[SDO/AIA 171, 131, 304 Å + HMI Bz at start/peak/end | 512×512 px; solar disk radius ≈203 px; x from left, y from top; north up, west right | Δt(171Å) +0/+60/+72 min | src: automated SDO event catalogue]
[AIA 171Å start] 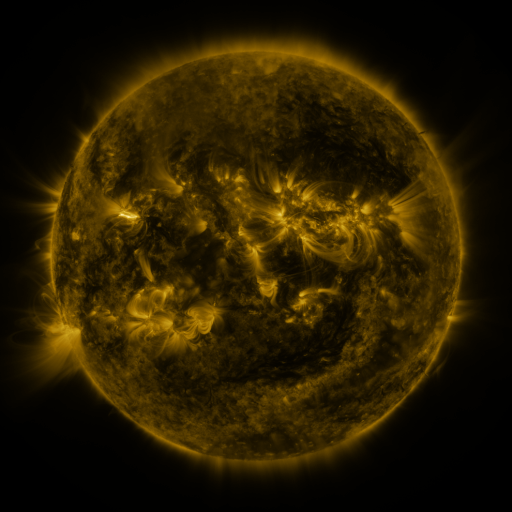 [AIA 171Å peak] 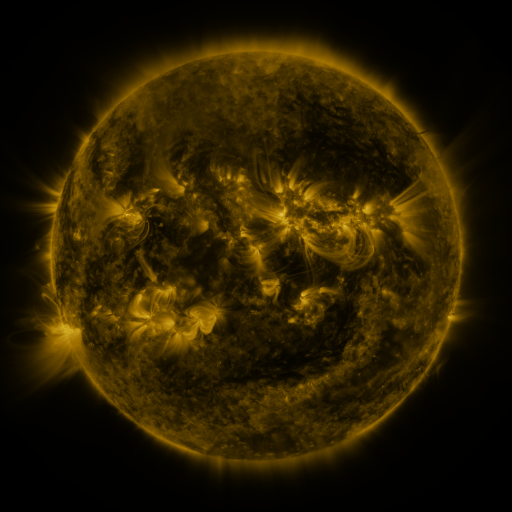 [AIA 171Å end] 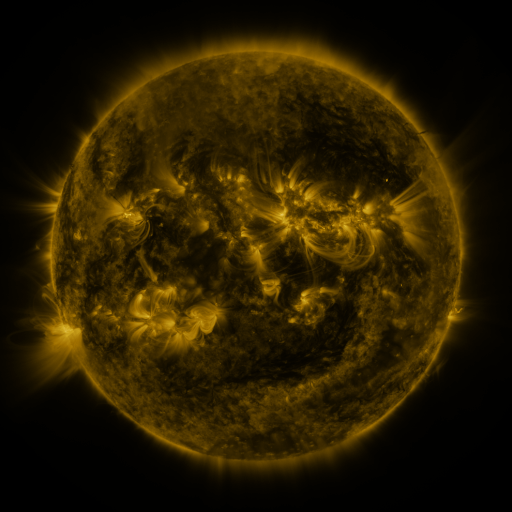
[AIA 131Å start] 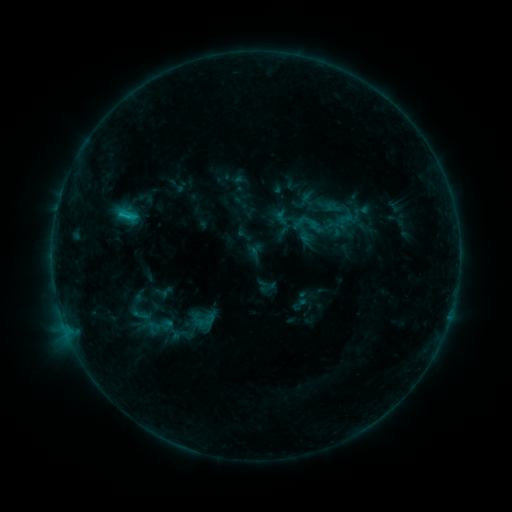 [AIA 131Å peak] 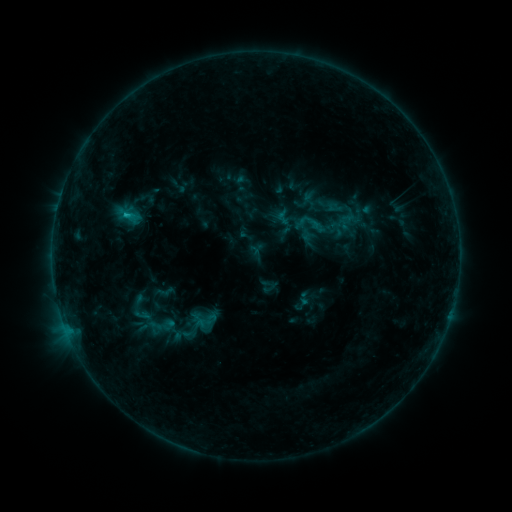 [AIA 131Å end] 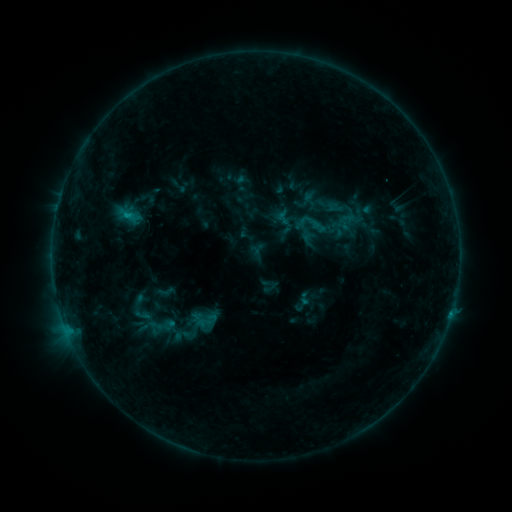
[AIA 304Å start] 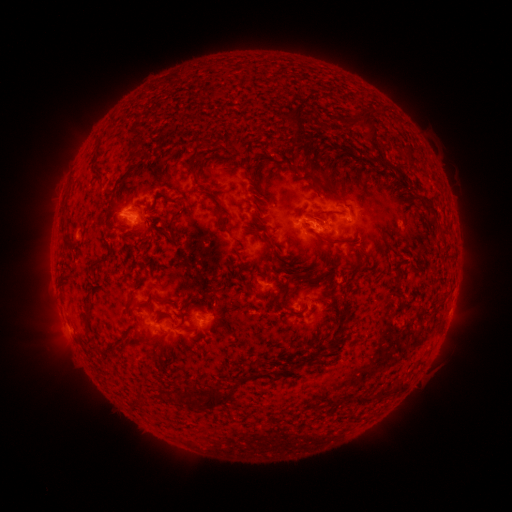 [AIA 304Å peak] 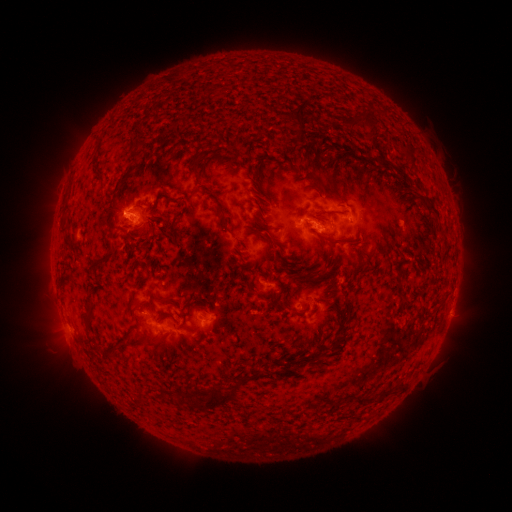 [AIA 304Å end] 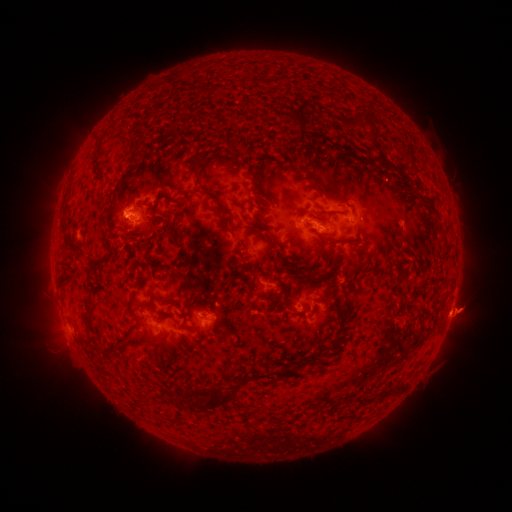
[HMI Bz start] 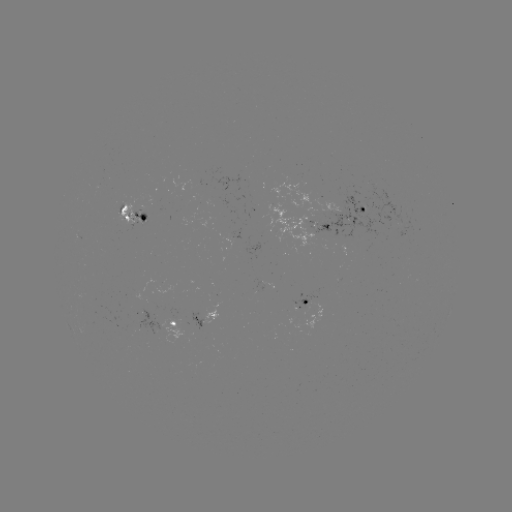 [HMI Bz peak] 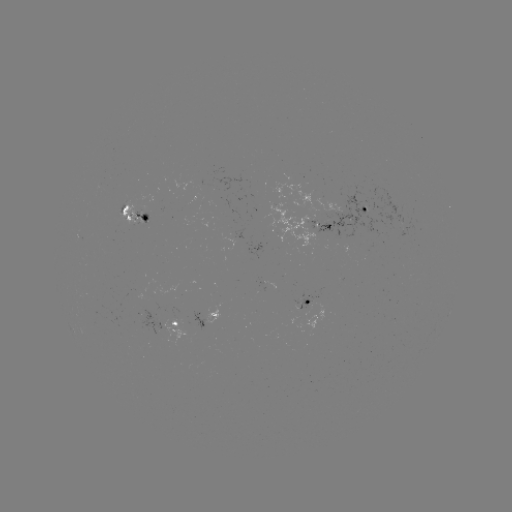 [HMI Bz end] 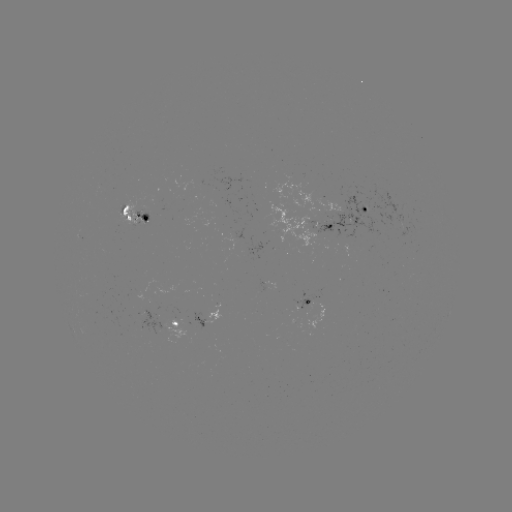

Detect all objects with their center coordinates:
emerging-flux region: (333, 220)
